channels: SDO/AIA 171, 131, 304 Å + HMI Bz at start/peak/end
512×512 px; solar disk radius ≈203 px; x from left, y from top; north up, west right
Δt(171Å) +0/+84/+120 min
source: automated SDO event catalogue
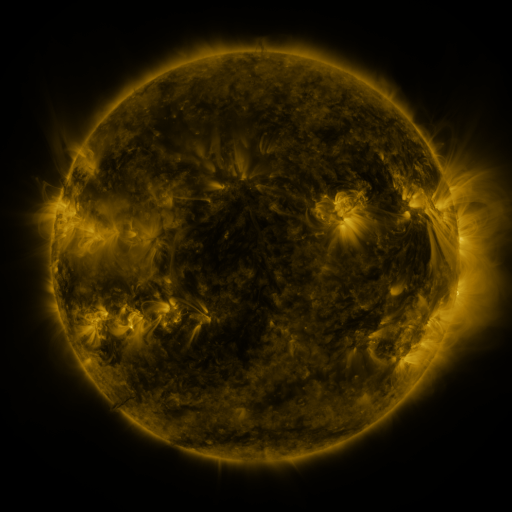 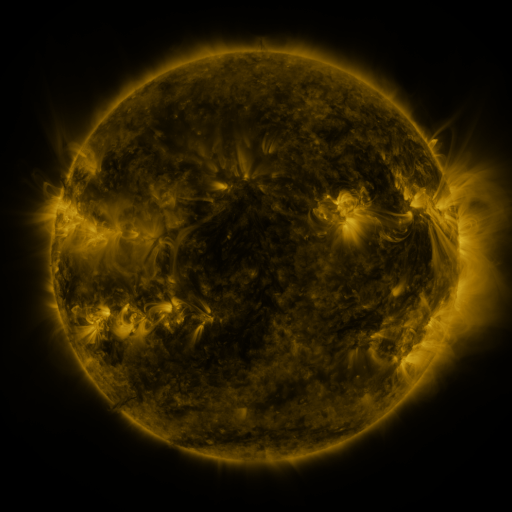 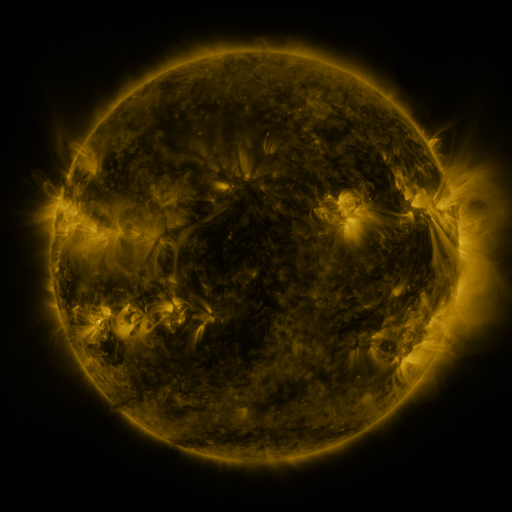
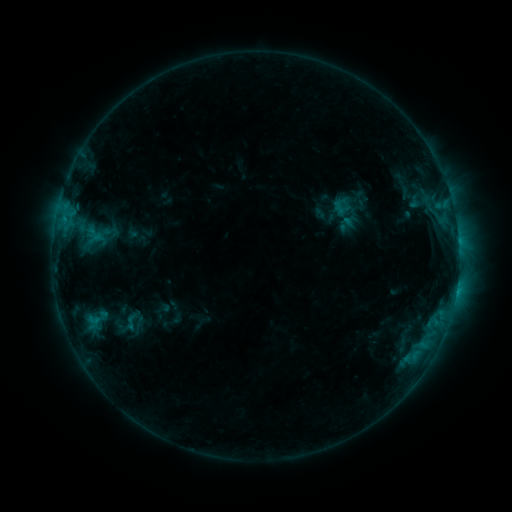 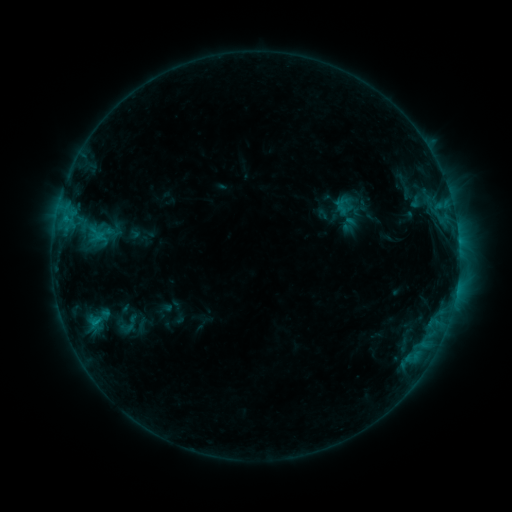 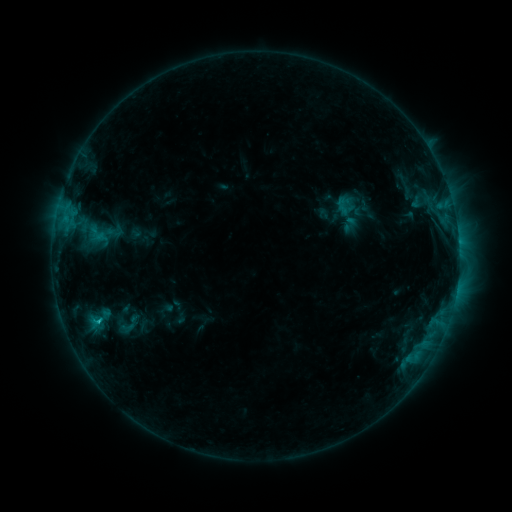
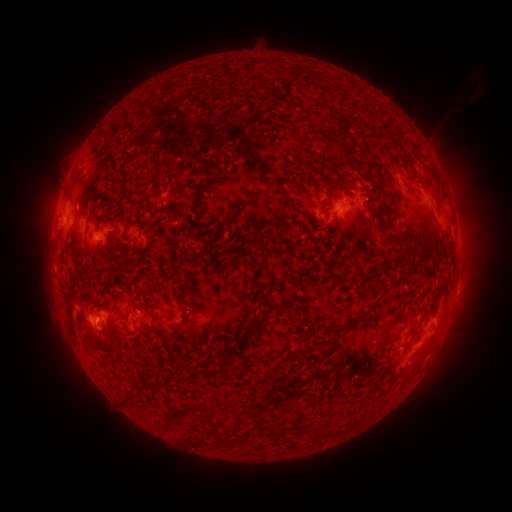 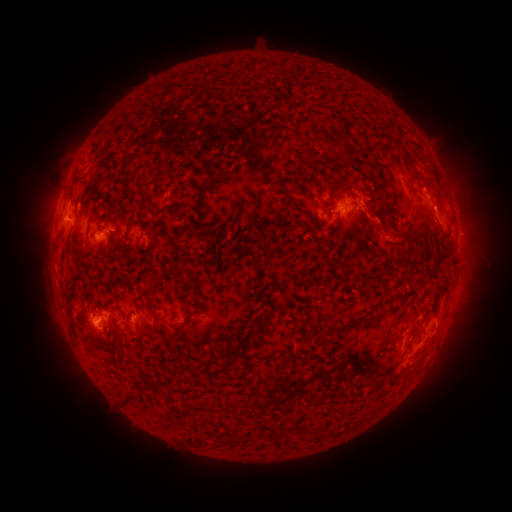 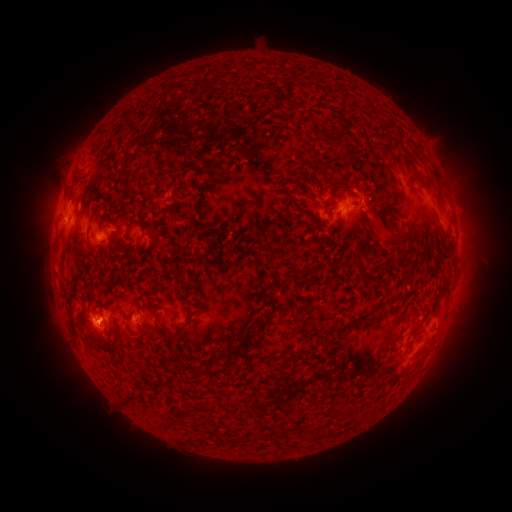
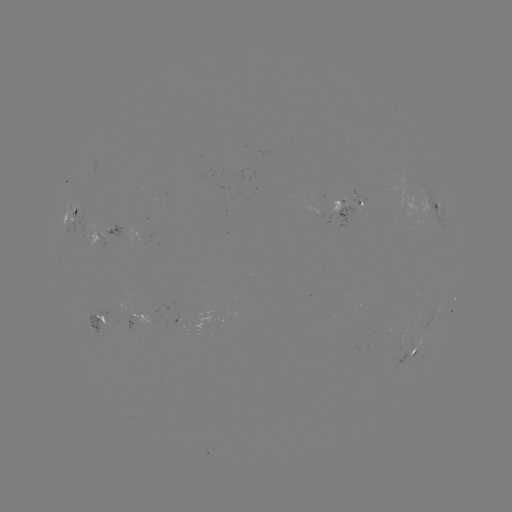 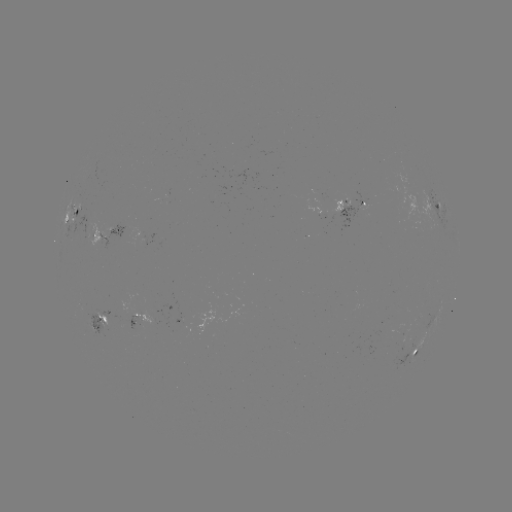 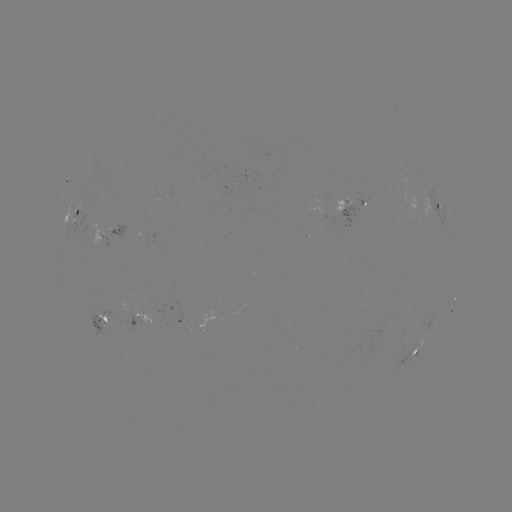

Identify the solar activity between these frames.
emerging-flux region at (152, 318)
